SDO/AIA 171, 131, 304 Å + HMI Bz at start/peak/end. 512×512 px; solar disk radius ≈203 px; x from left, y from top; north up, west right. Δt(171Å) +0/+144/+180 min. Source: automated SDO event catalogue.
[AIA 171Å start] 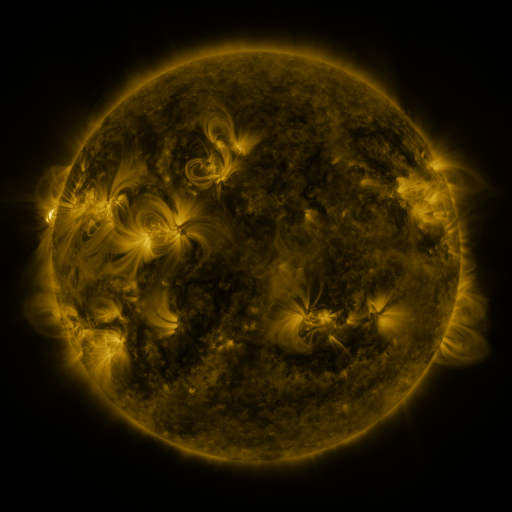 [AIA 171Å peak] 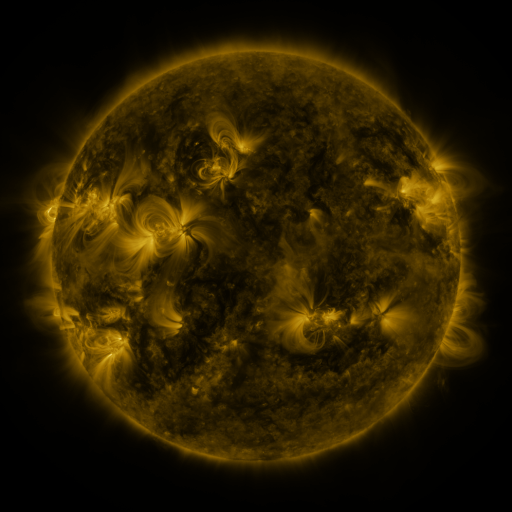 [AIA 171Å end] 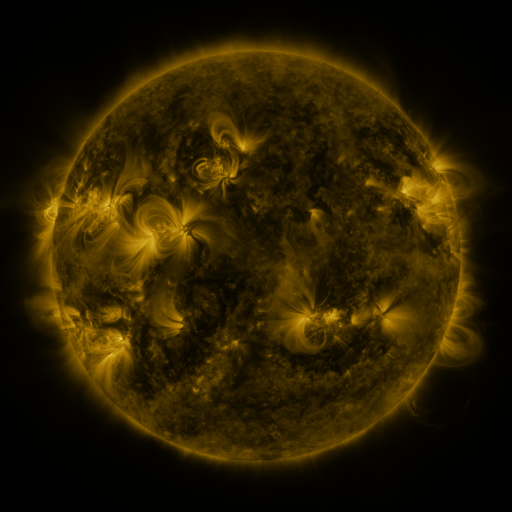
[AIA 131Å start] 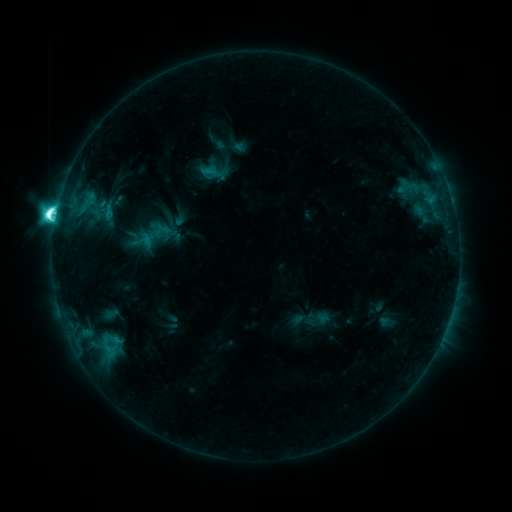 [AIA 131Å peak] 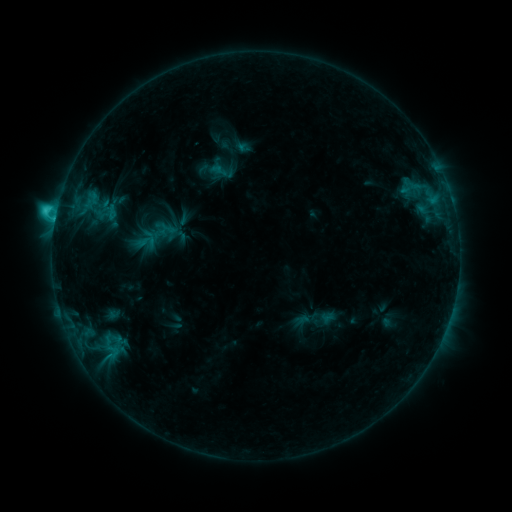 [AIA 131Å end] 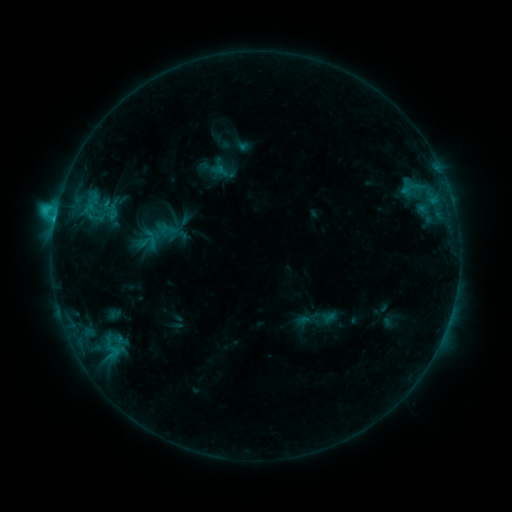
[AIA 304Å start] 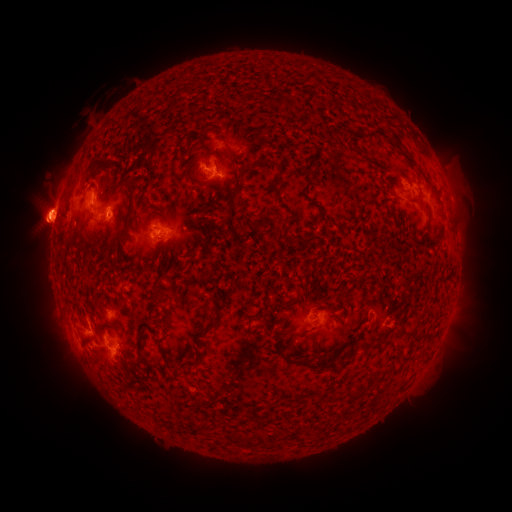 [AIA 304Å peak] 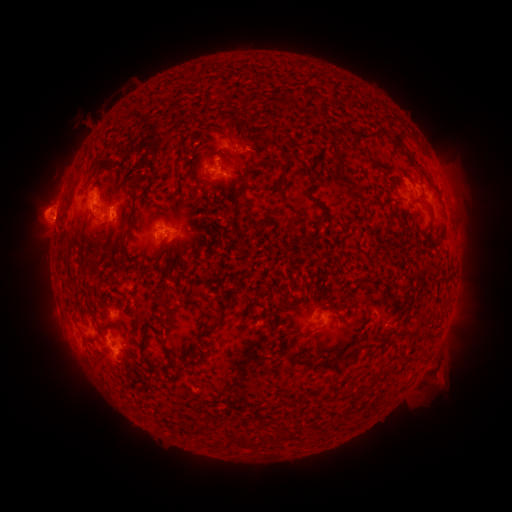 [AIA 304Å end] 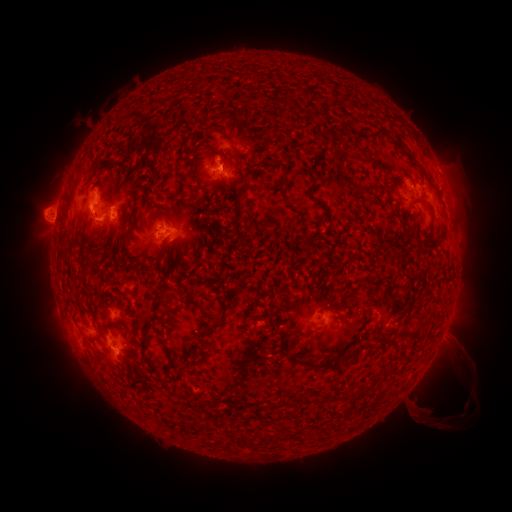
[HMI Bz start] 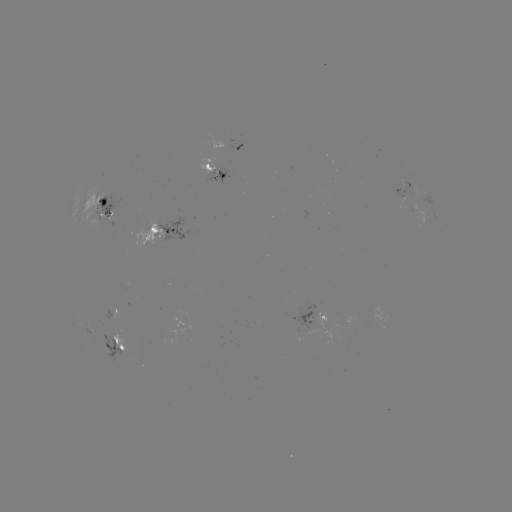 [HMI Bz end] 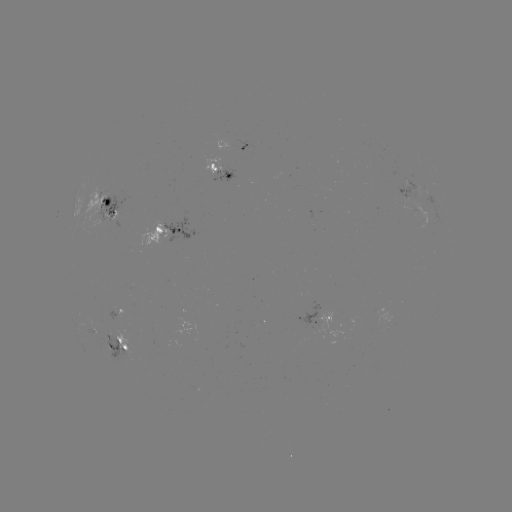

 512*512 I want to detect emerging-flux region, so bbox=[83, 188, 107, 222].